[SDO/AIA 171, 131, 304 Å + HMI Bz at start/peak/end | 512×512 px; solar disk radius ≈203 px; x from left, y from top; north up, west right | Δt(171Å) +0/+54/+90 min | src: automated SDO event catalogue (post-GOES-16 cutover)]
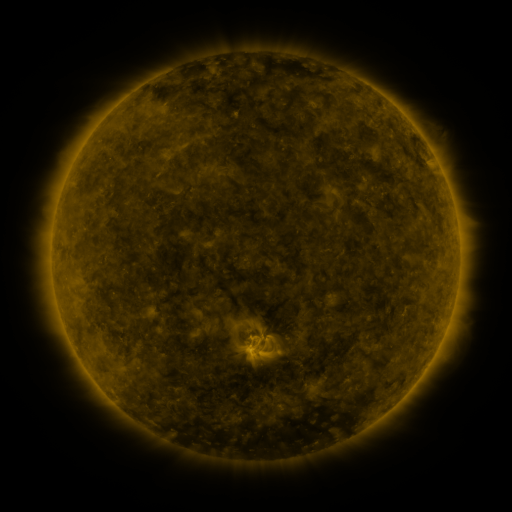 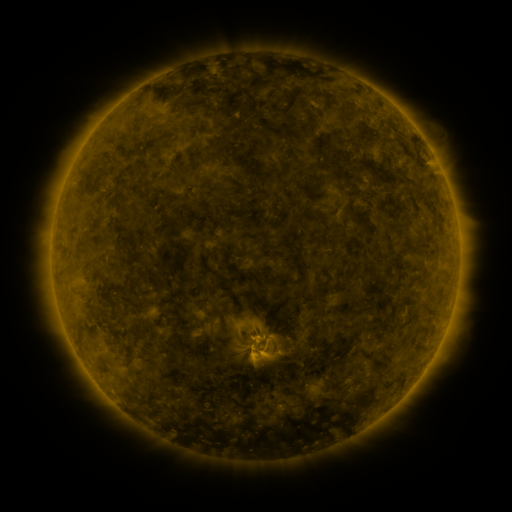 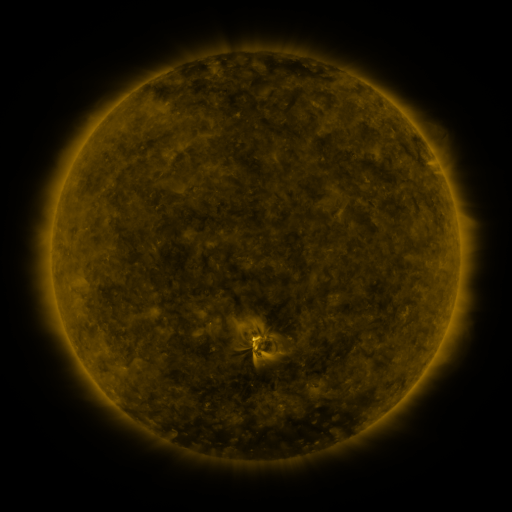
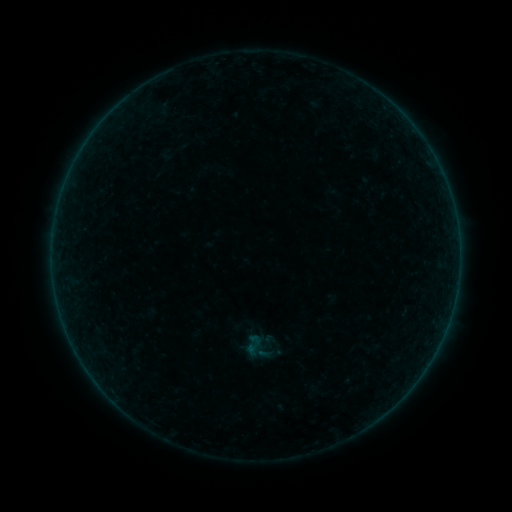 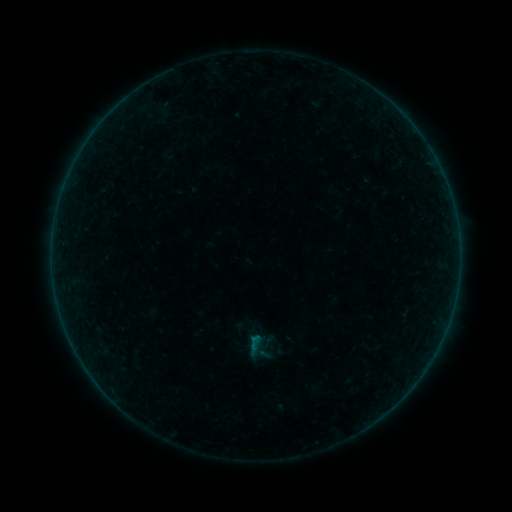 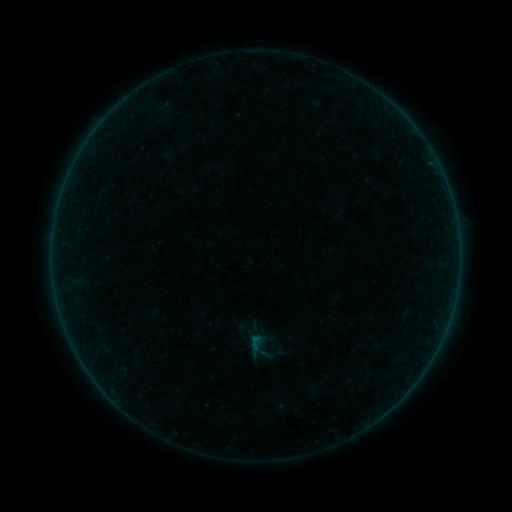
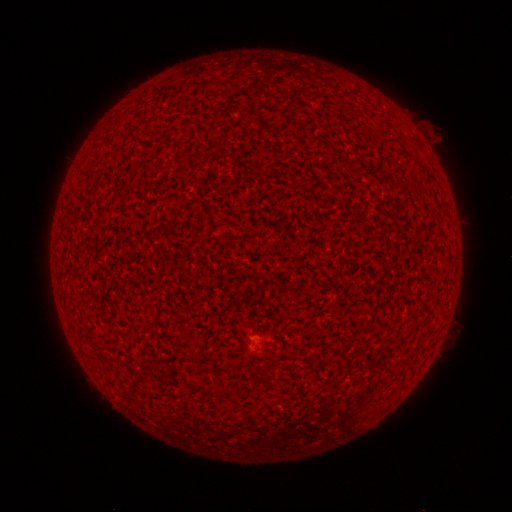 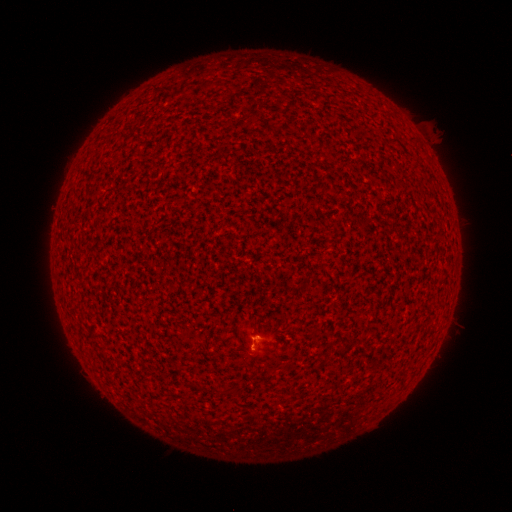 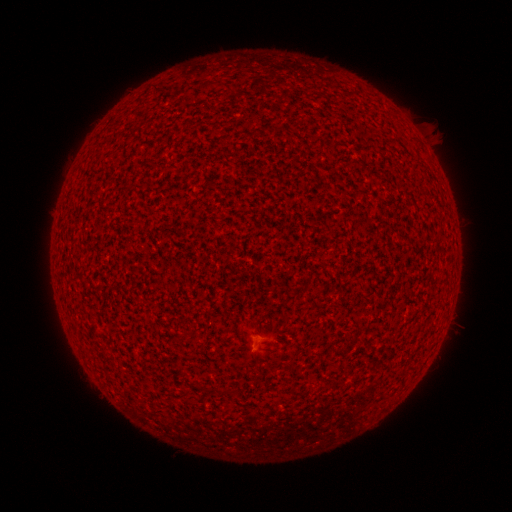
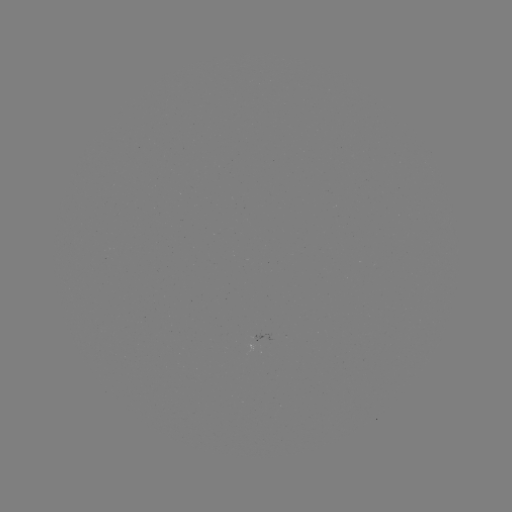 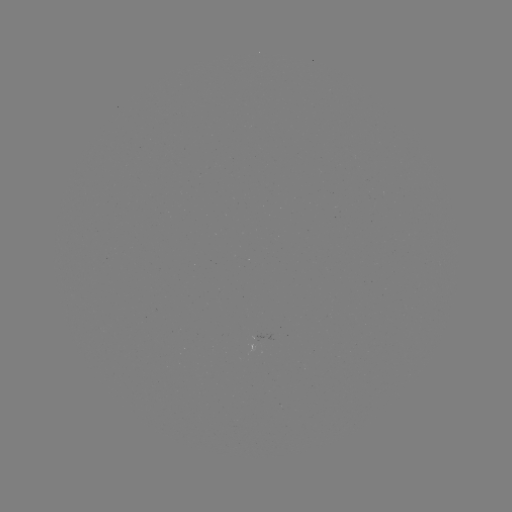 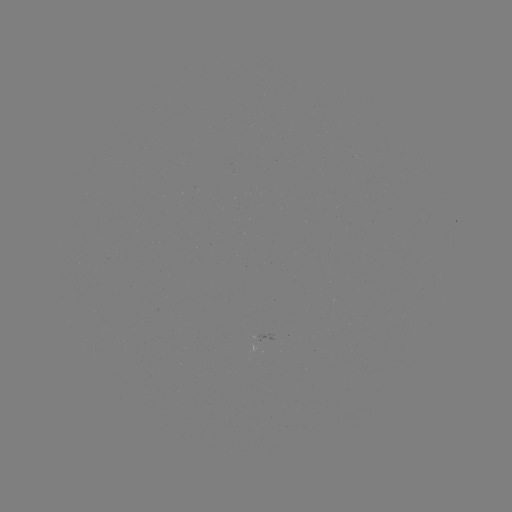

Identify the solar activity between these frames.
B2.3 flare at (256, 338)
